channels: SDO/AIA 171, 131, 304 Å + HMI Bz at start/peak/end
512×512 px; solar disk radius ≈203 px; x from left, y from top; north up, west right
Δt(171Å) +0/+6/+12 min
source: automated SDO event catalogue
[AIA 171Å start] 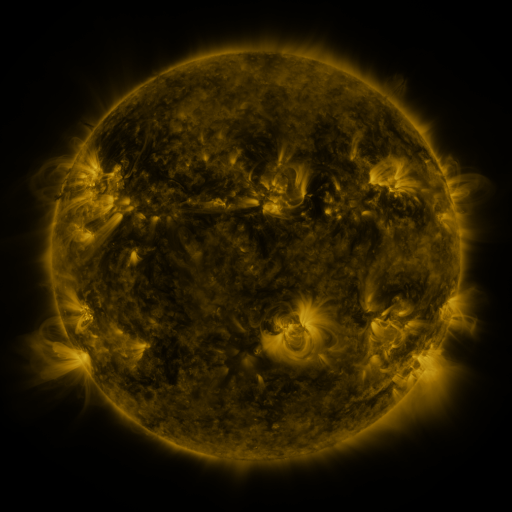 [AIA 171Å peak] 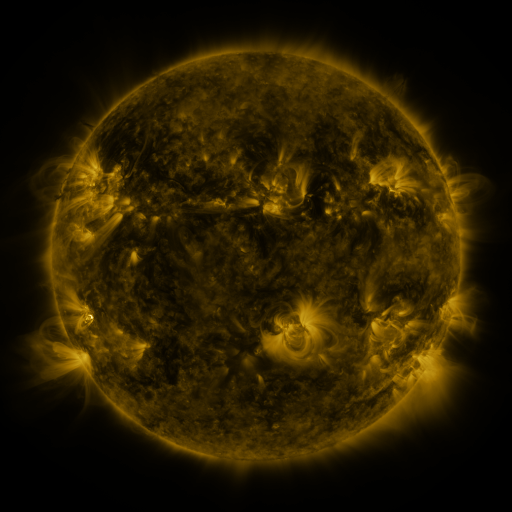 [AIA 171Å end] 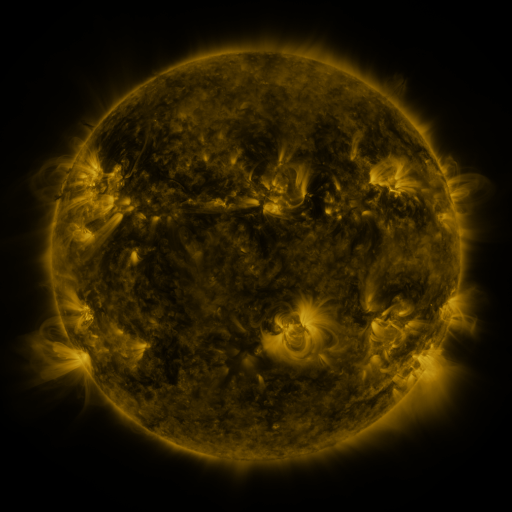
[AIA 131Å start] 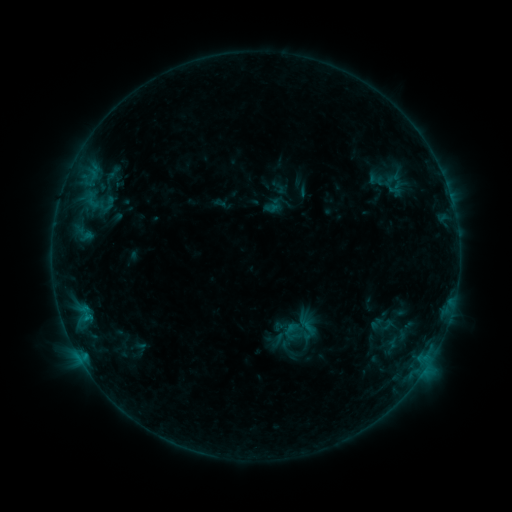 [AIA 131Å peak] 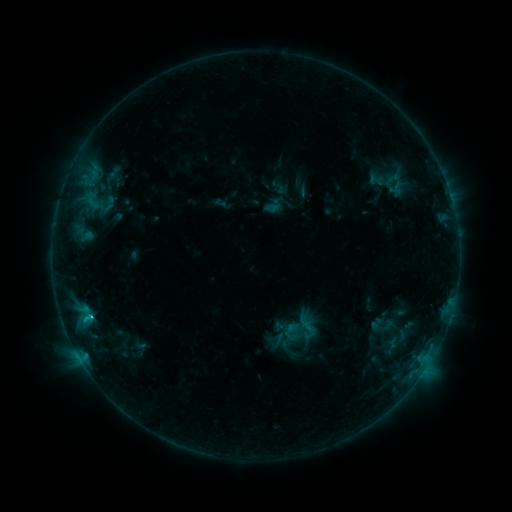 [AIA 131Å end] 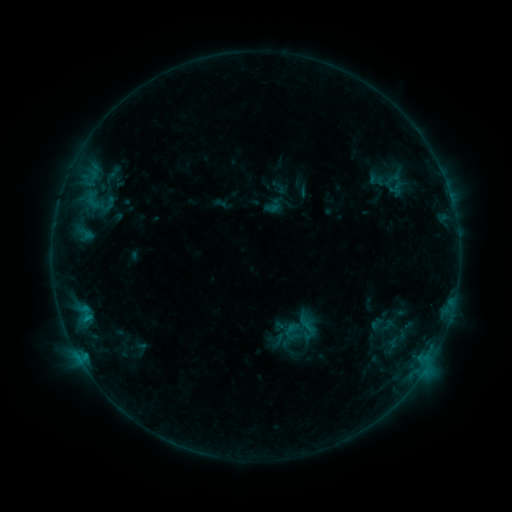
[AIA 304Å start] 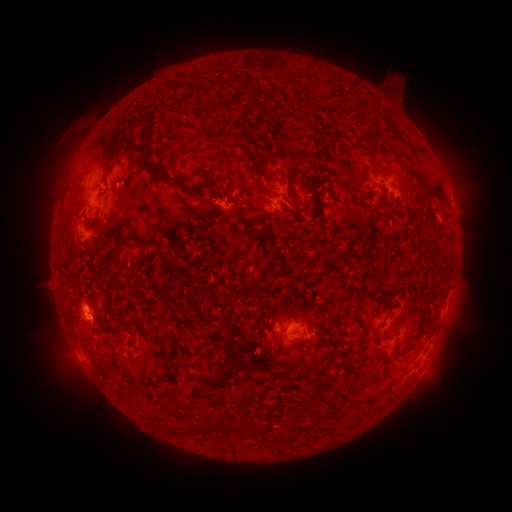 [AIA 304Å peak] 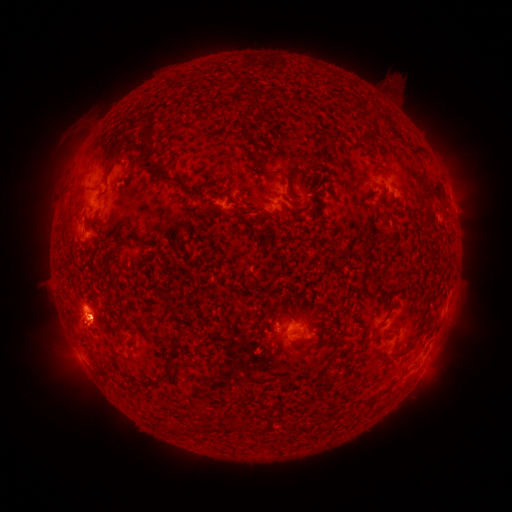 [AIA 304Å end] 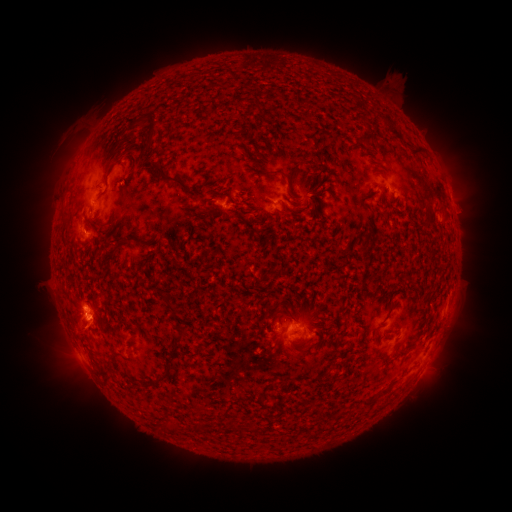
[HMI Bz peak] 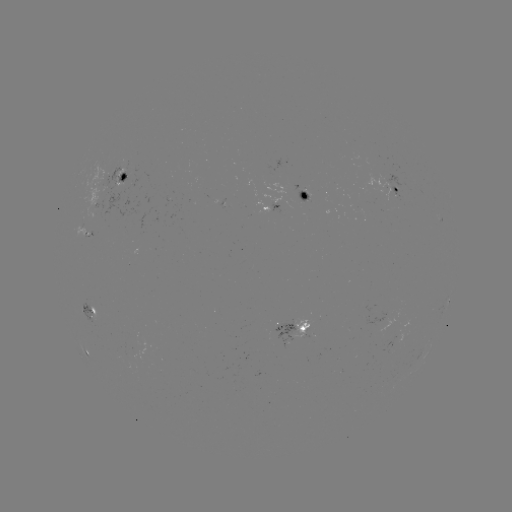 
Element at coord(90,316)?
C1.1 flare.